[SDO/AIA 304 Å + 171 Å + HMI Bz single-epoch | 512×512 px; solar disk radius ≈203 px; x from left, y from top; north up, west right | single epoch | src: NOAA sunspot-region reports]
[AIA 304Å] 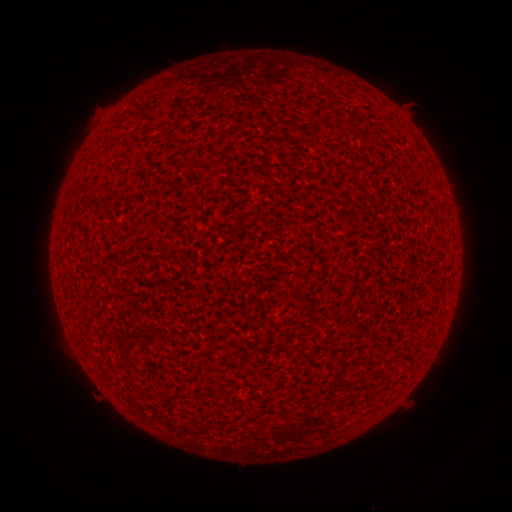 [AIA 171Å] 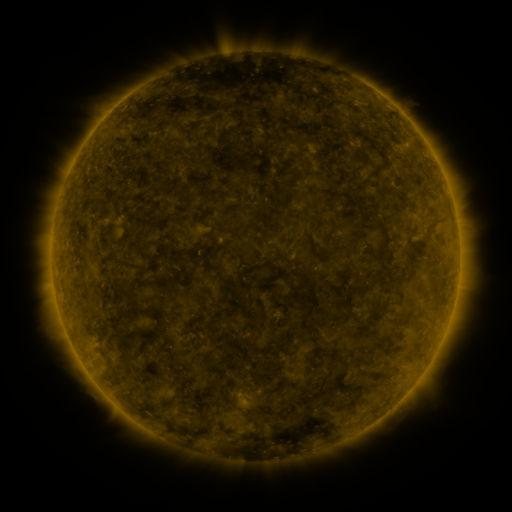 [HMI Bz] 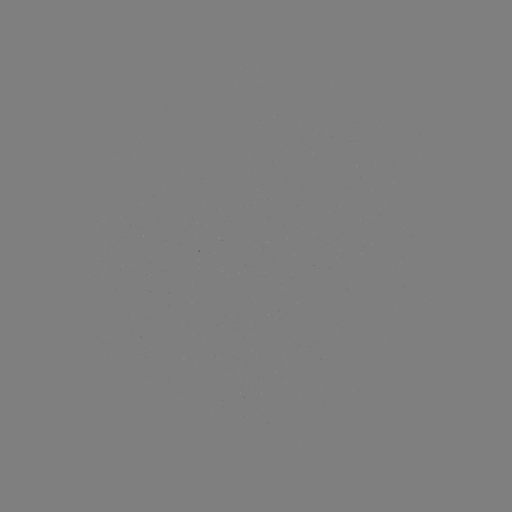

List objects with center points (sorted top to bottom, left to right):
(none)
